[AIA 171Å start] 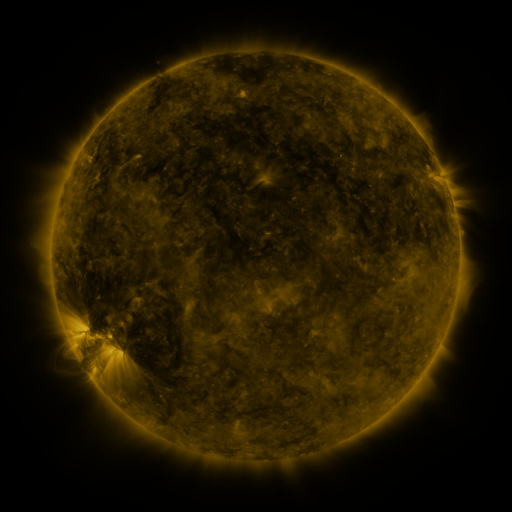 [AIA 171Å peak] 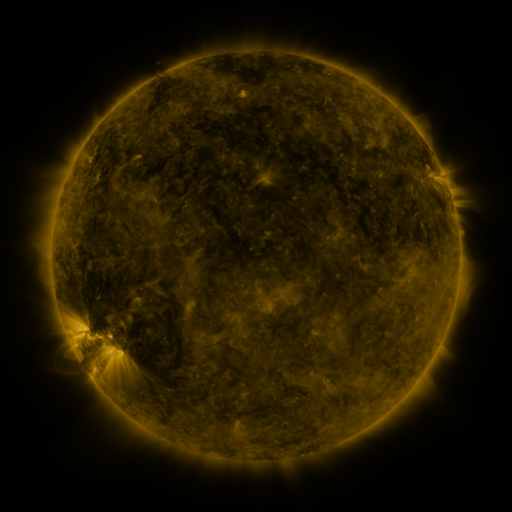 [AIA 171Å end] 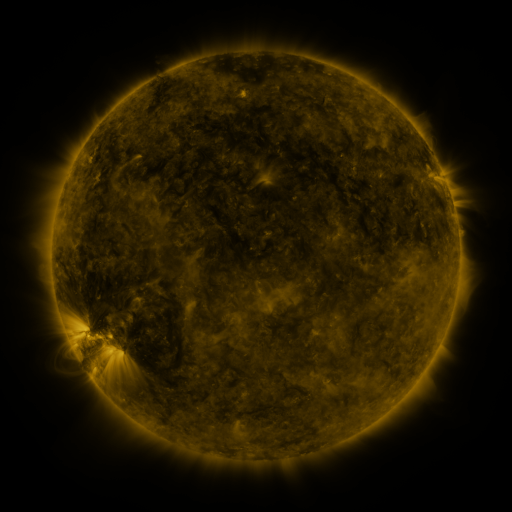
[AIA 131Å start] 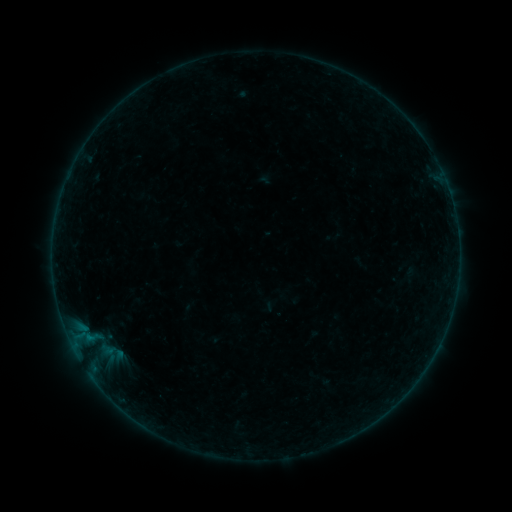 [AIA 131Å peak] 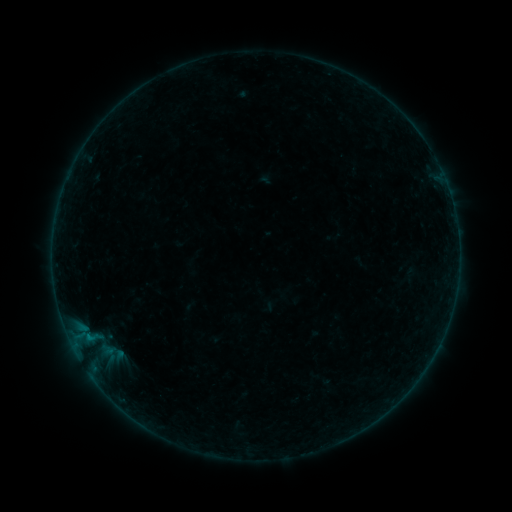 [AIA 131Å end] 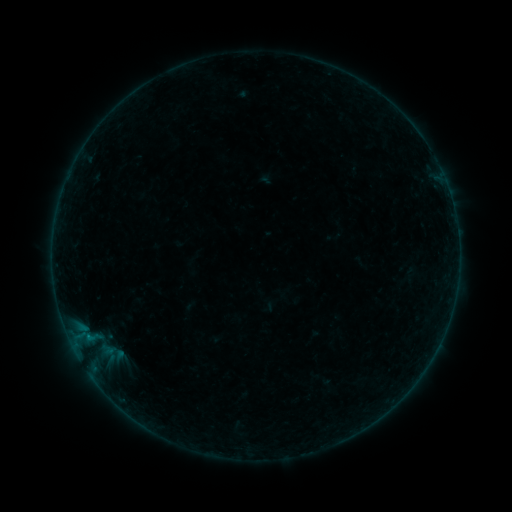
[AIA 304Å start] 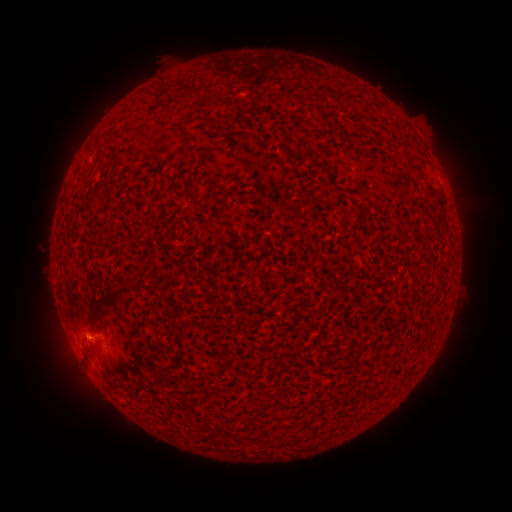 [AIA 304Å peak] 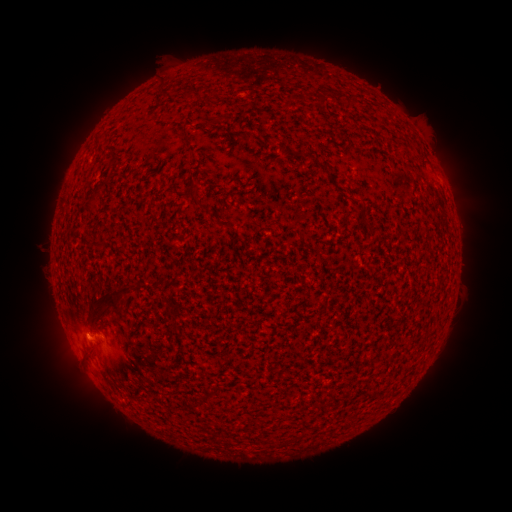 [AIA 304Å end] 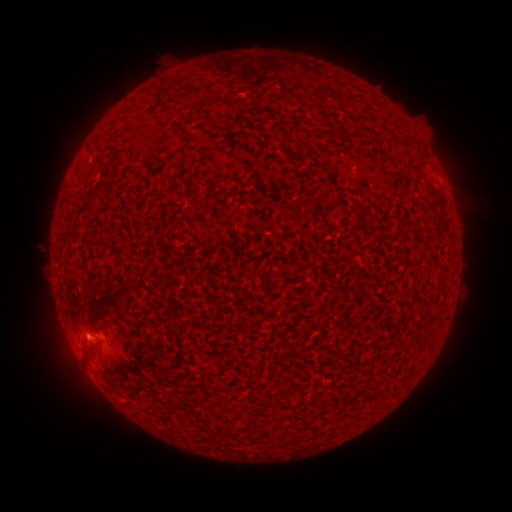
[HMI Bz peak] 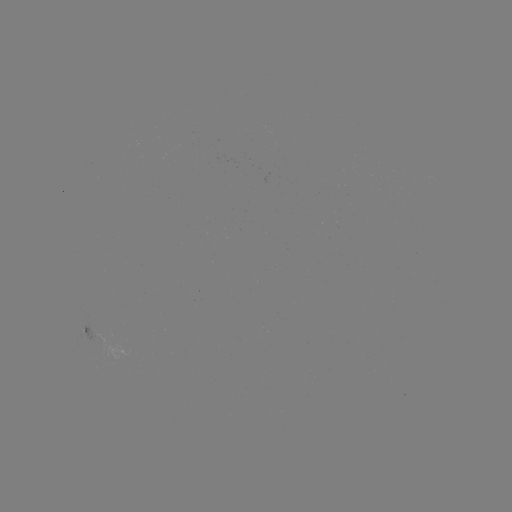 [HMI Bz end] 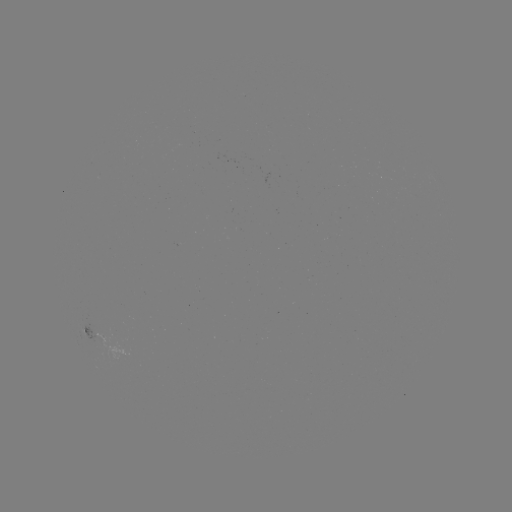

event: flare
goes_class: B1.2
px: (89, 338)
